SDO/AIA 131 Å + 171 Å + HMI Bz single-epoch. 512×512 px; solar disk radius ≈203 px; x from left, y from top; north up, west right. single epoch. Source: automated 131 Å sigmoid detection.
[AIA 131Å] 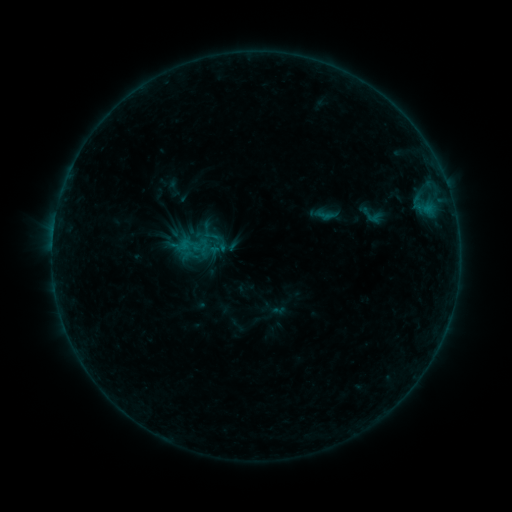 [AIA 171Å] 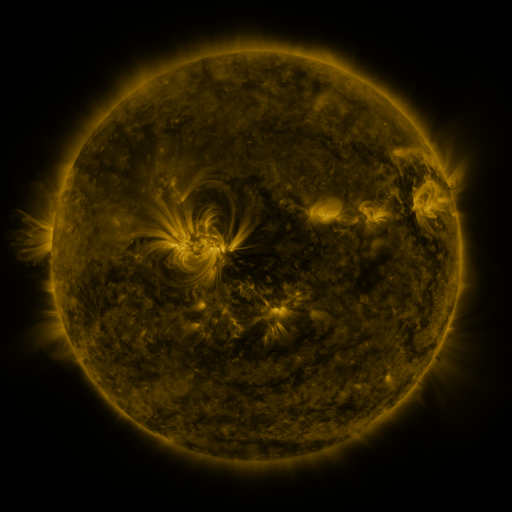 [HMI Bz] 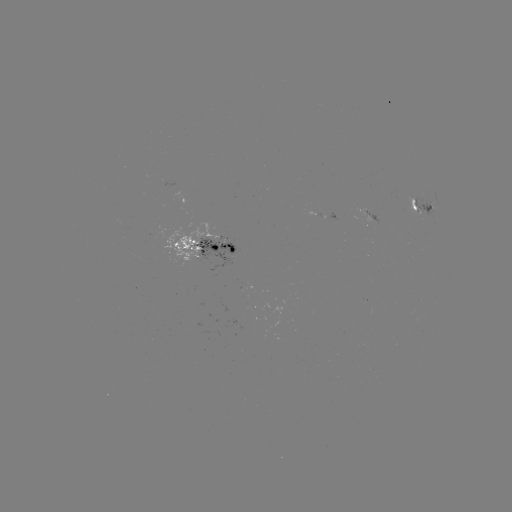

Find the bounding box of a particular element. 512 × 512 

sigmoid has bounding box [203, 227, 222, 247].